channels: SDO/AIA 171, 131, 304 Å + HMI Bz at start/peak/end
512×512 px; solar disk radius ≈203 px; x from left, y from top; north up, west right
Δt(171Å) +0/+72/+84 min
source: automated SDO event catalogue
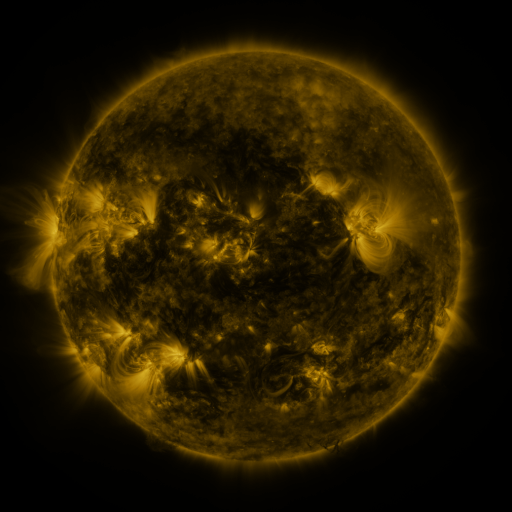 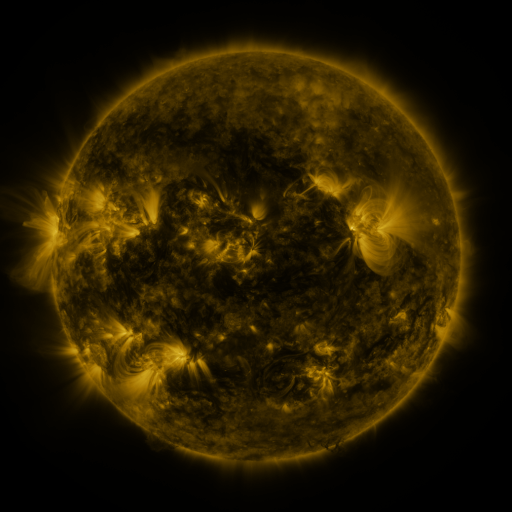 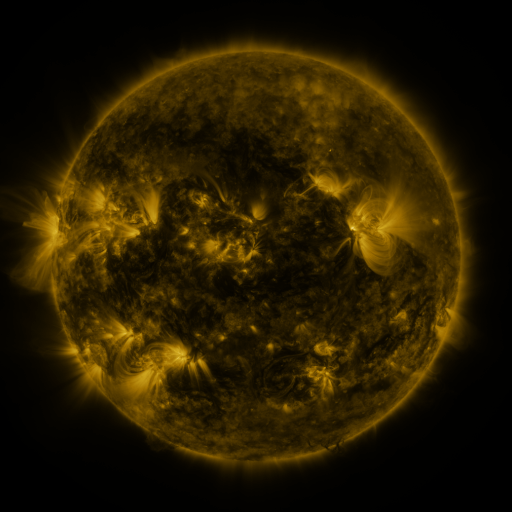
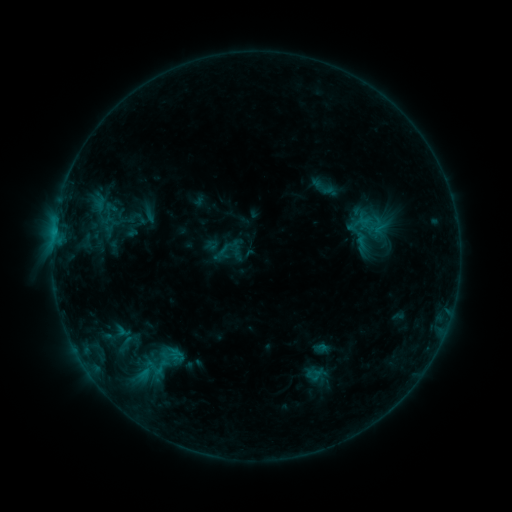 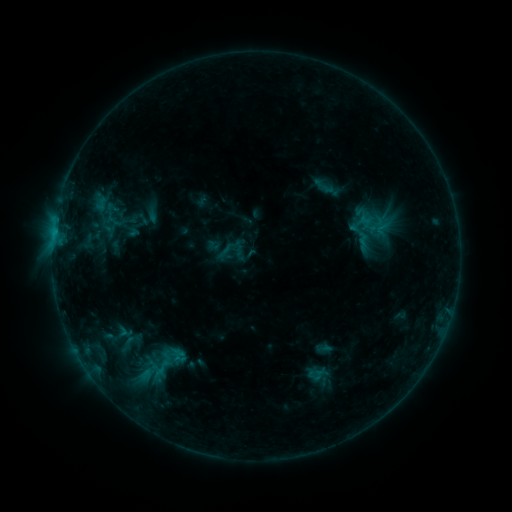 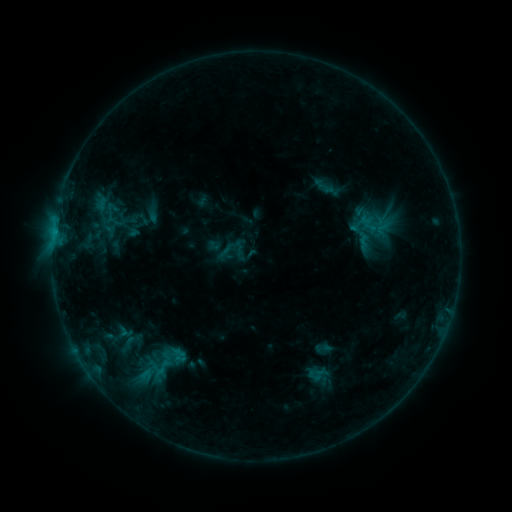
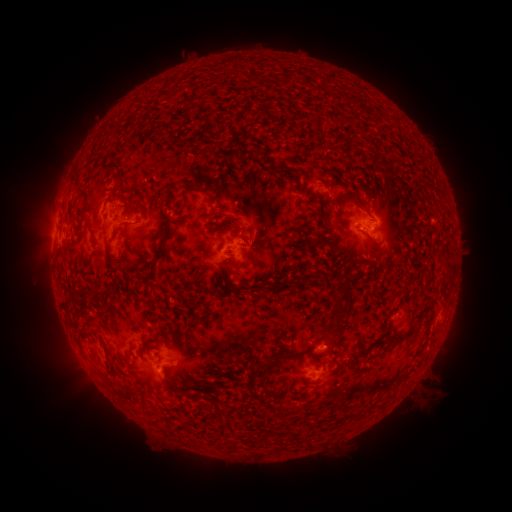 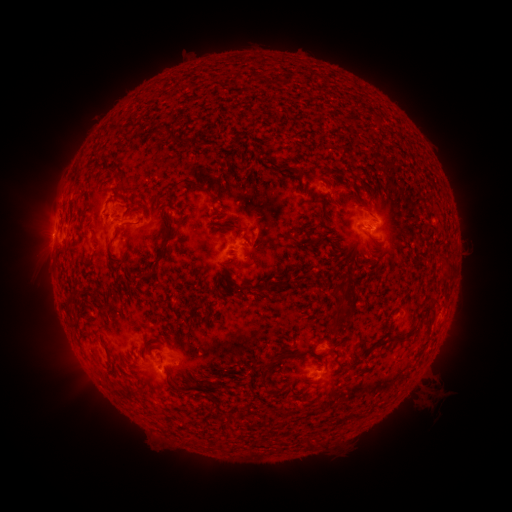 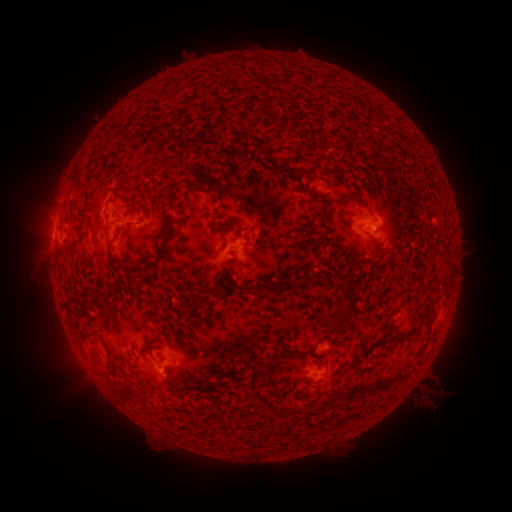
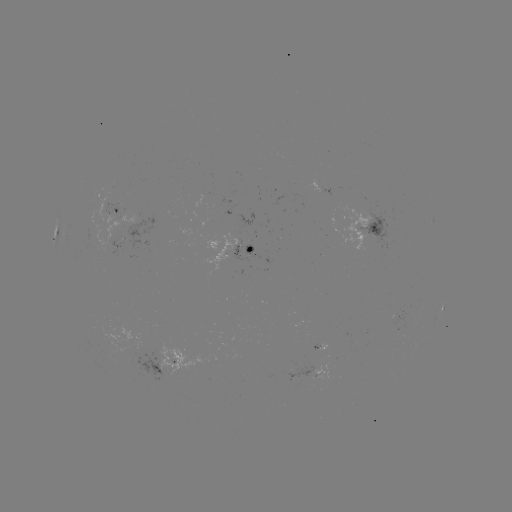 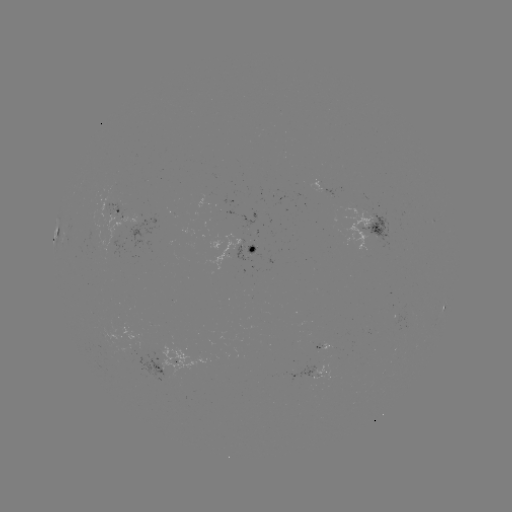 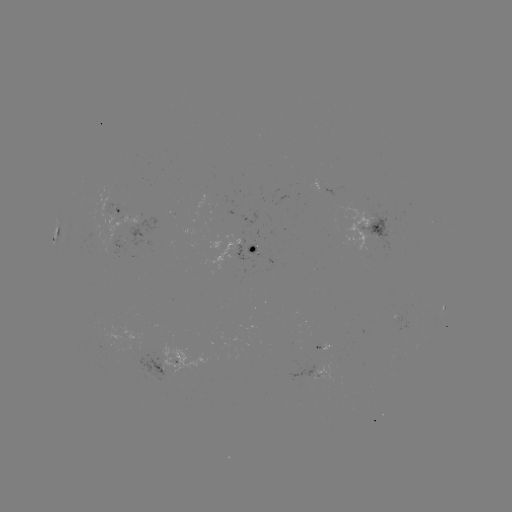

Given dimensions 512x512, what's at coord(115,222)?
emerging-flux region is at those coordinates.